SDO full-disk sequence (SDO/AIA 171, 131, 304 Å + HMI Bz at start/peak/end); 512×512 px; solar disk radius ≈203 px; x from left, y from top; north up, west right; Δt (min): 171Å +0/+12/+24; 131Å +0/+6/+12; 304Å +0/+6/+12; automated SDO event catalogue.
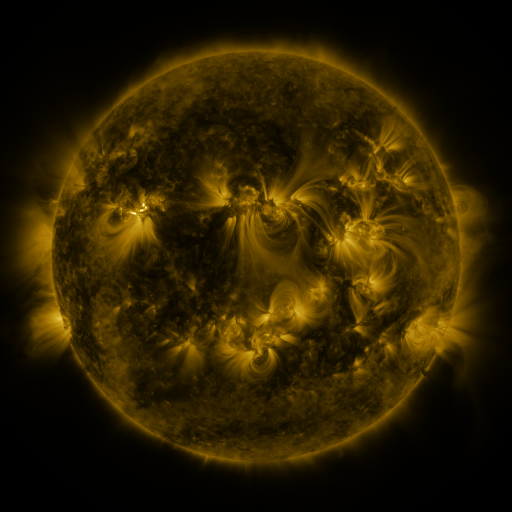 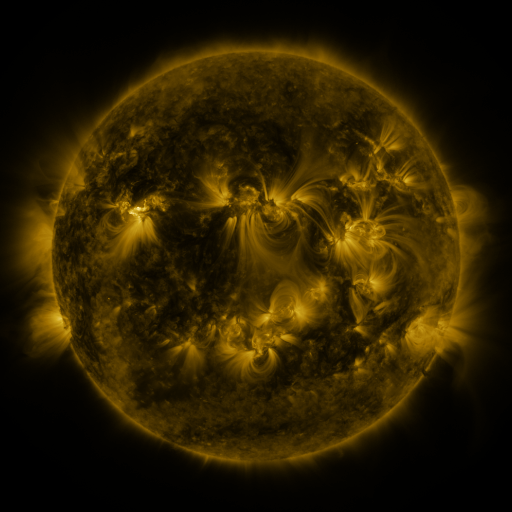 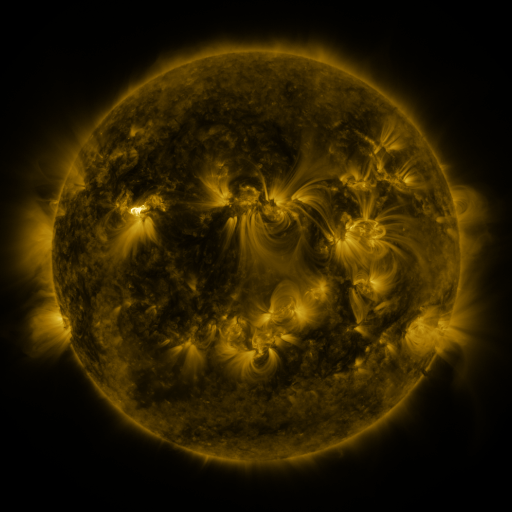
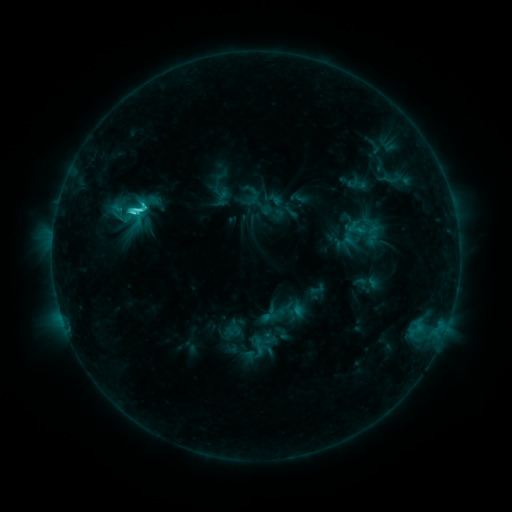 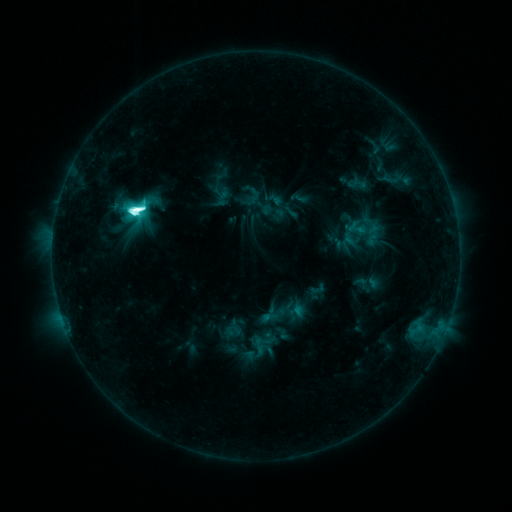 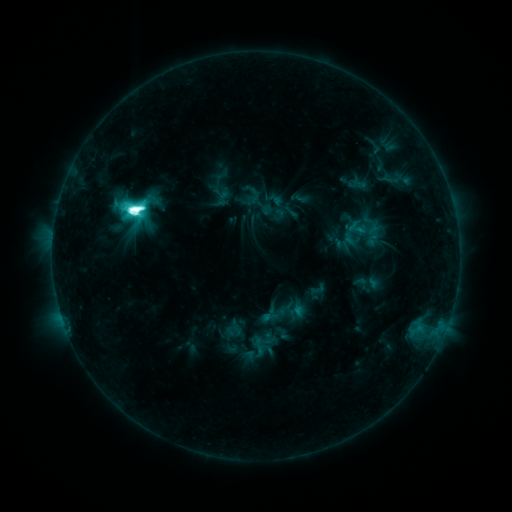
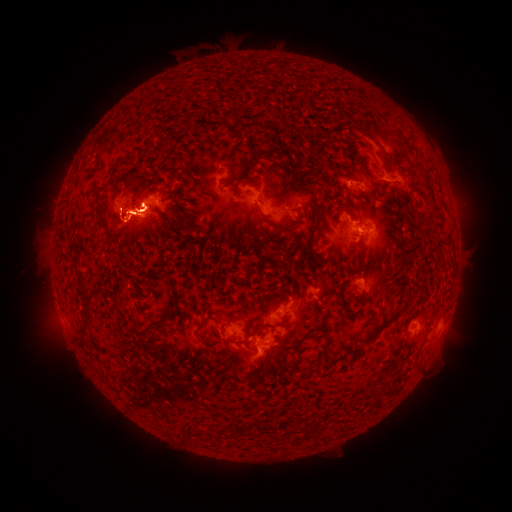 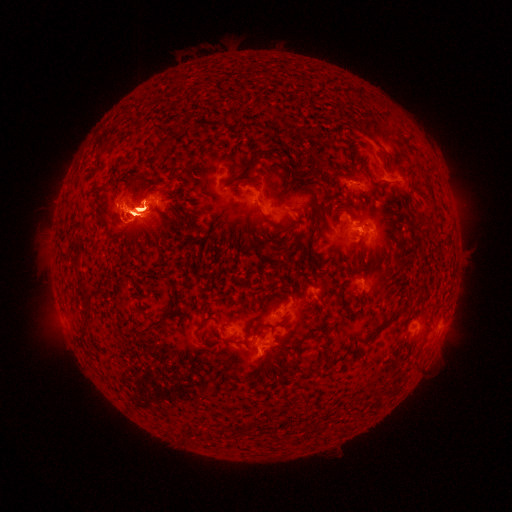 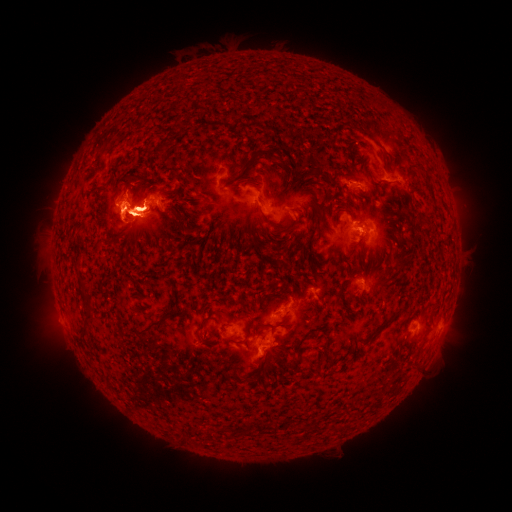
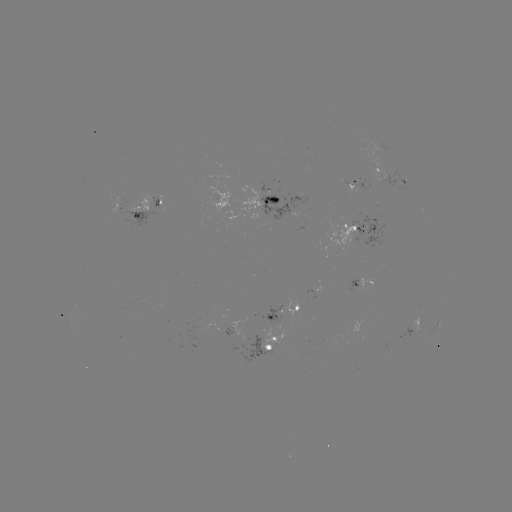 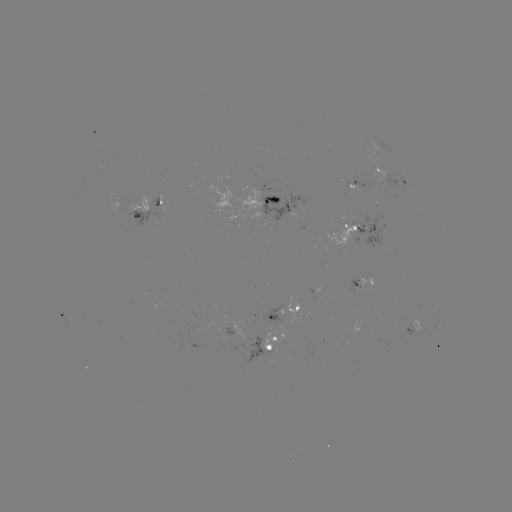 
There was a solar eruption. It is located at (50, 322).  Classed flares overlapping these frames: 1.